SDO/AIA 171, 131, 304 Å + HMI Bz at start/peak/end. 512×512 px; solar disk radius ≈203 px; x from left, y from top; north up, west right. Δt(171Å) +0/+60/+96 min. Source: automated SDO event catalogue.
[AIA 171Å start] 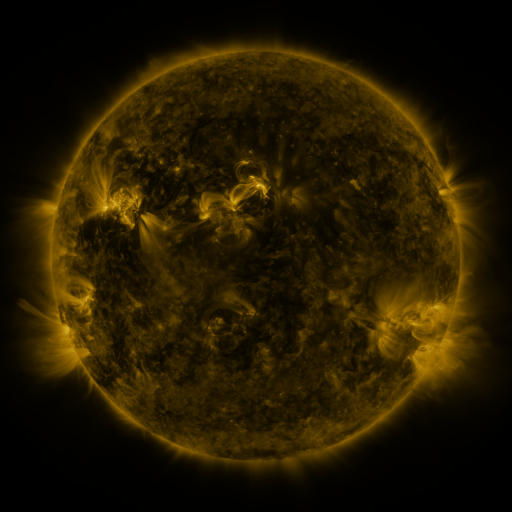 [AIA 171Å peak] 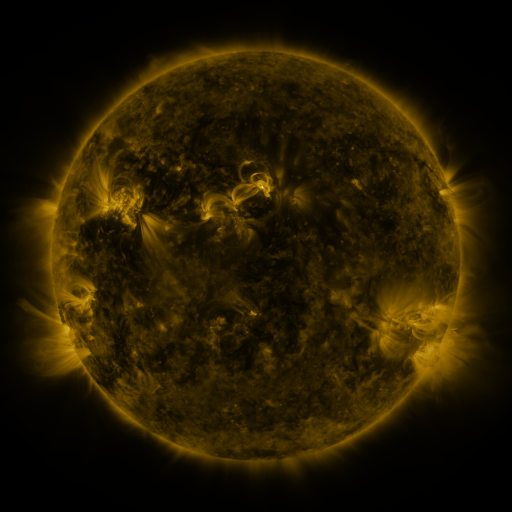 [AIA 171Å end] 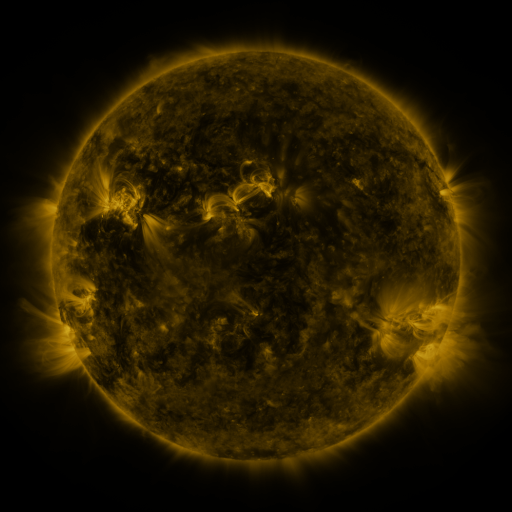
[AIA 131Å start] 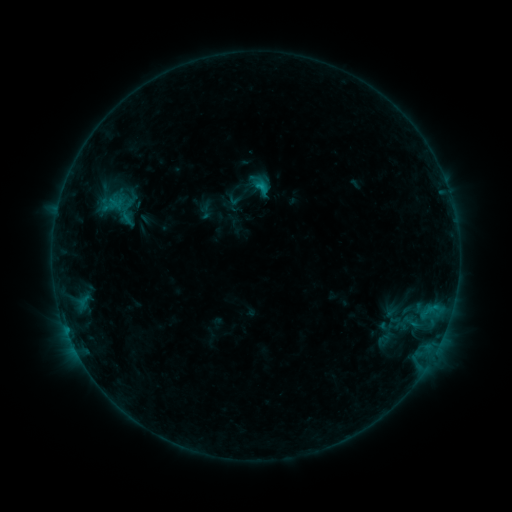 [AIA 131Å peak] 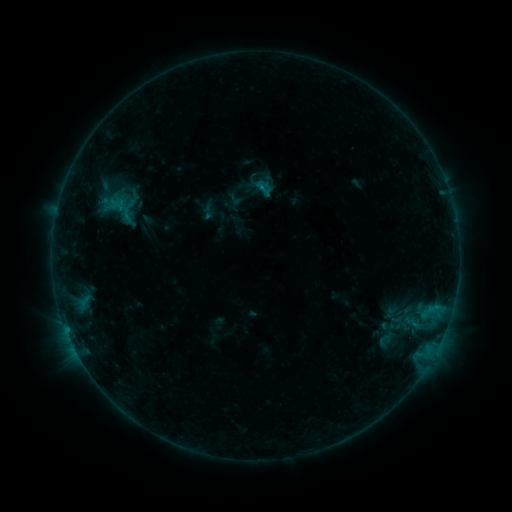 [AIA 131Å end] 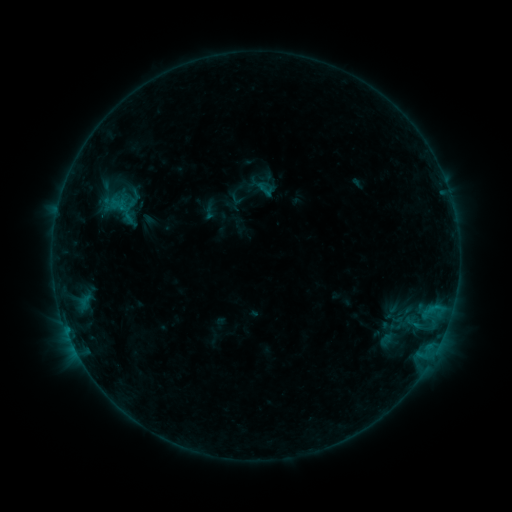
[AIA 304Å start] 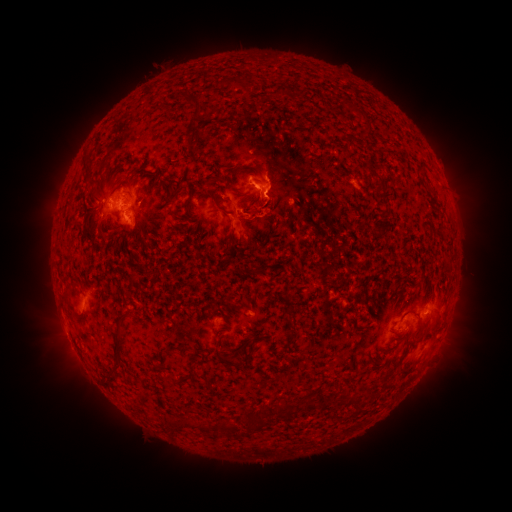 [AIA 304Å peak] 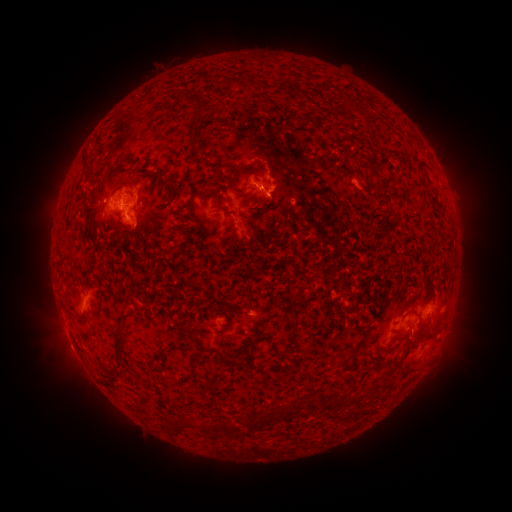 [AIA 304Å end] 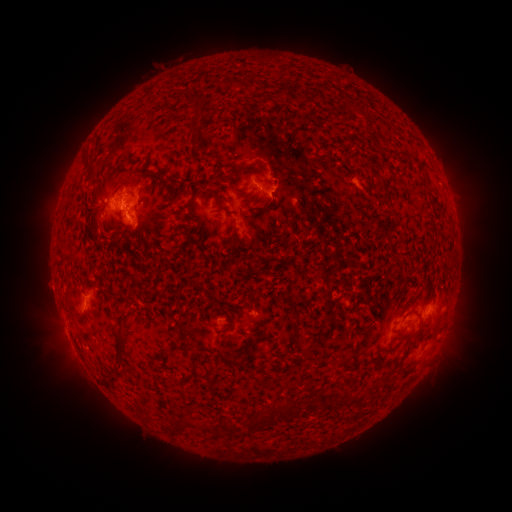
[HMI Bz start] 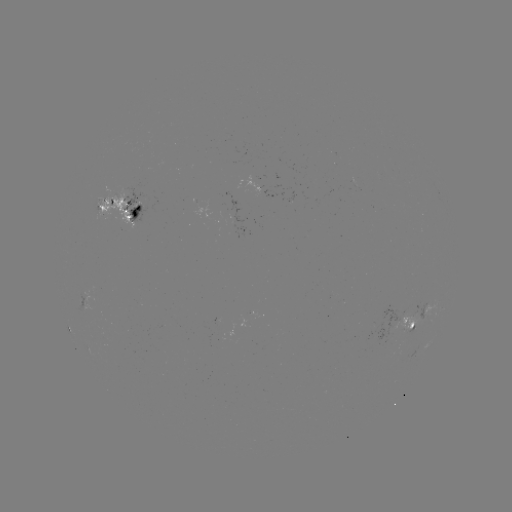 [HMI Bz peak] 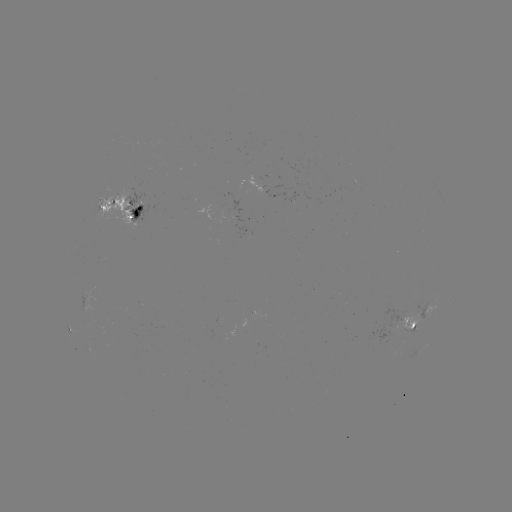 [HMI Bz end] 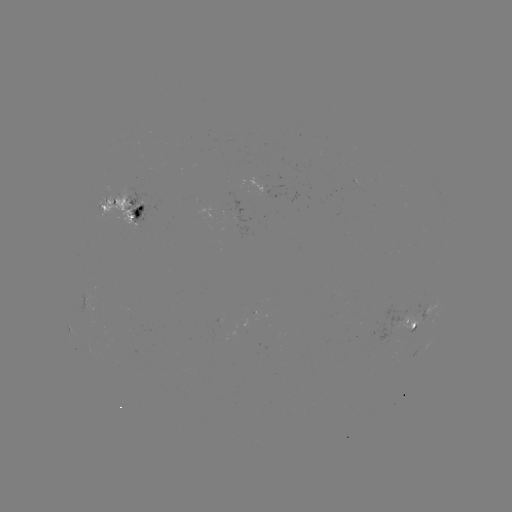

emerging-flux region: [350, 178, 364, 192]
